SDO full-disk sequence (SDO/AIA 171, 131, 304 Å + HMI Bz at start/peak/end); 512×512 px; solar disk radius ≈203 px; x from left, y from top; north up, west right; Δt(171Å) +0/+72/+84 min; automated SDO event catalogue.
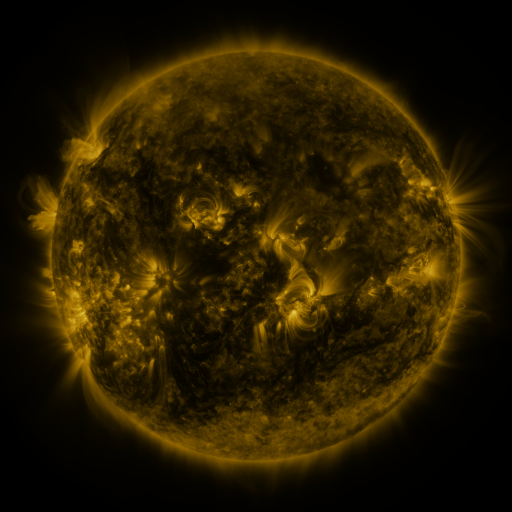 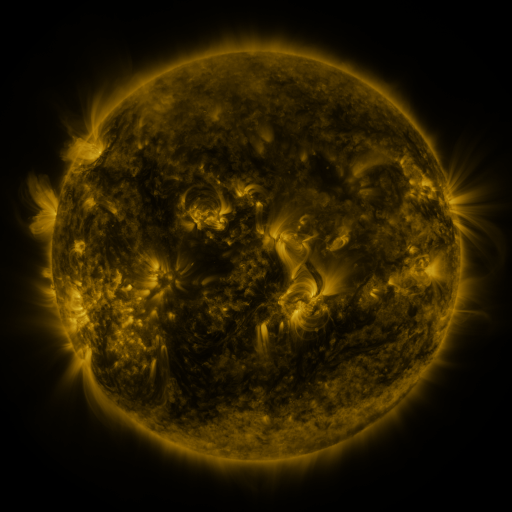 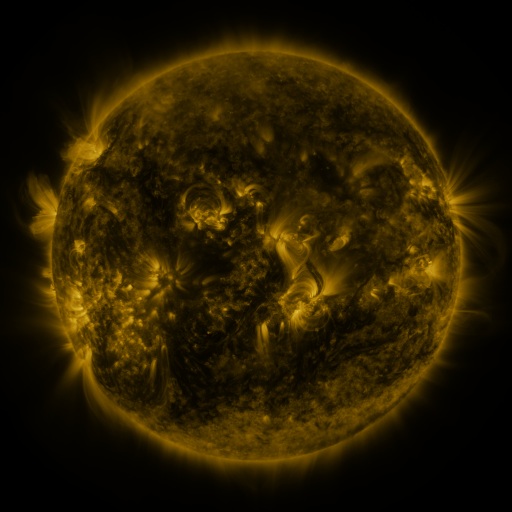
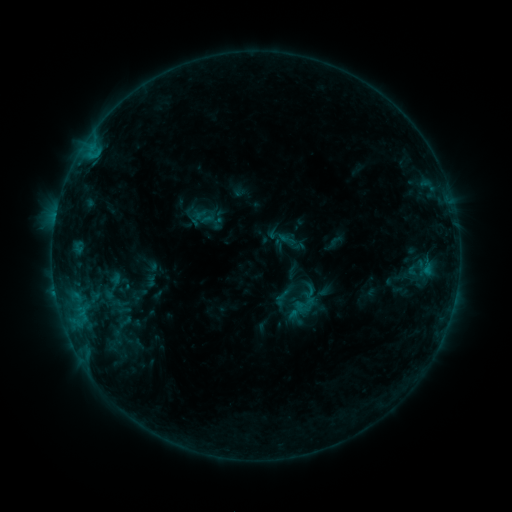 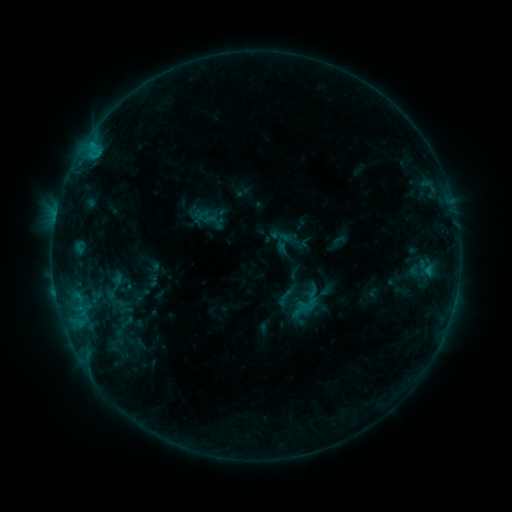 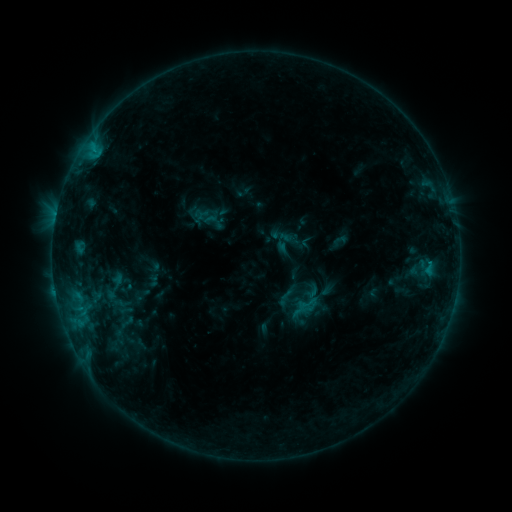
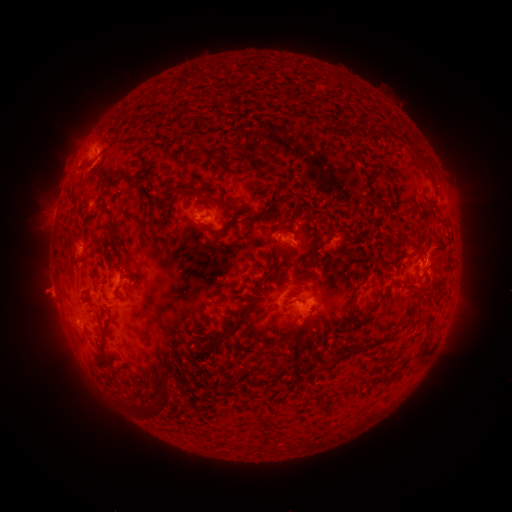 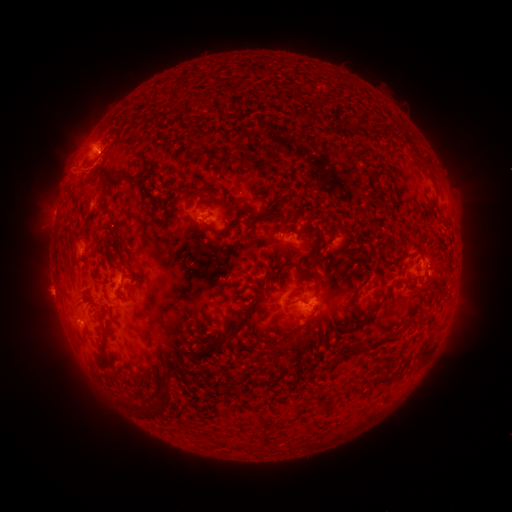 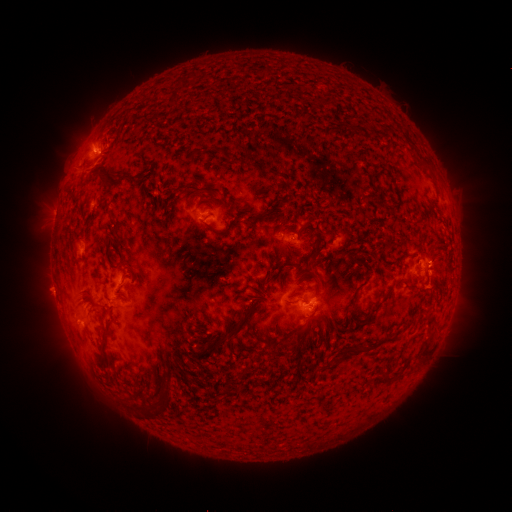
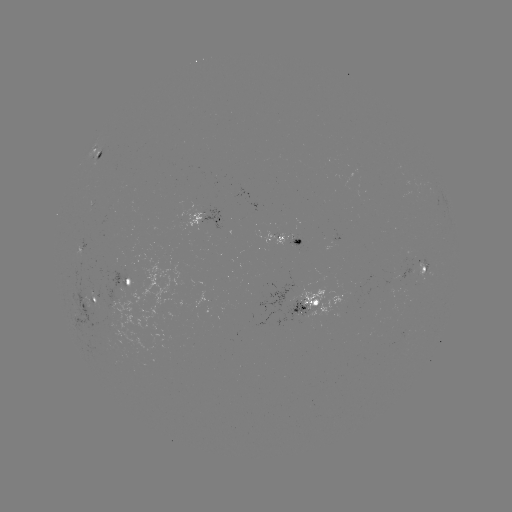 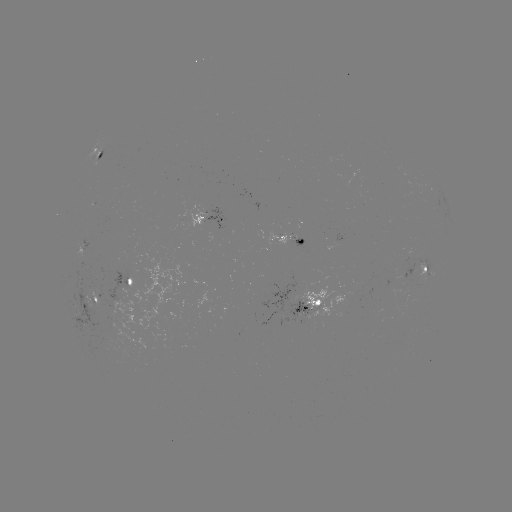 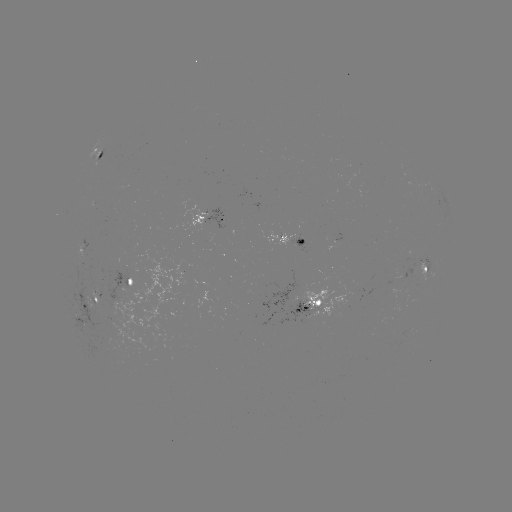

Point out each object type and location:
emerging-flux region: (90, 309)
